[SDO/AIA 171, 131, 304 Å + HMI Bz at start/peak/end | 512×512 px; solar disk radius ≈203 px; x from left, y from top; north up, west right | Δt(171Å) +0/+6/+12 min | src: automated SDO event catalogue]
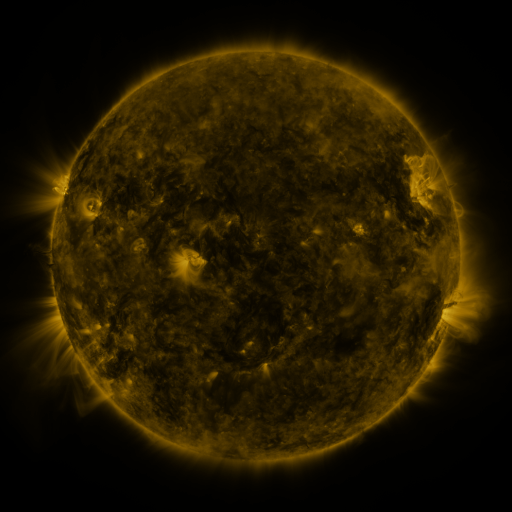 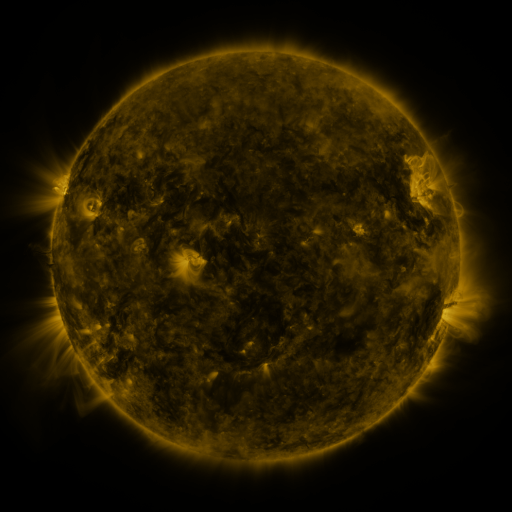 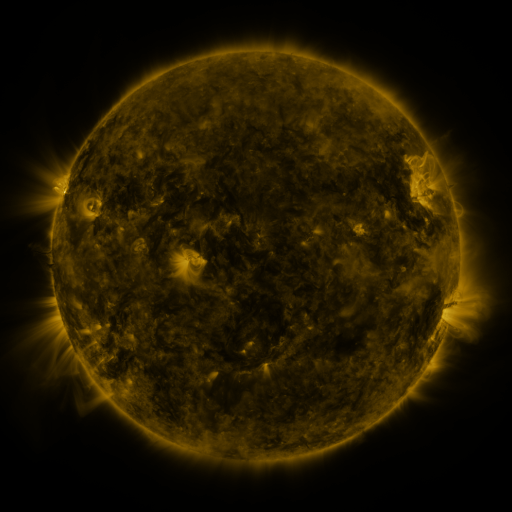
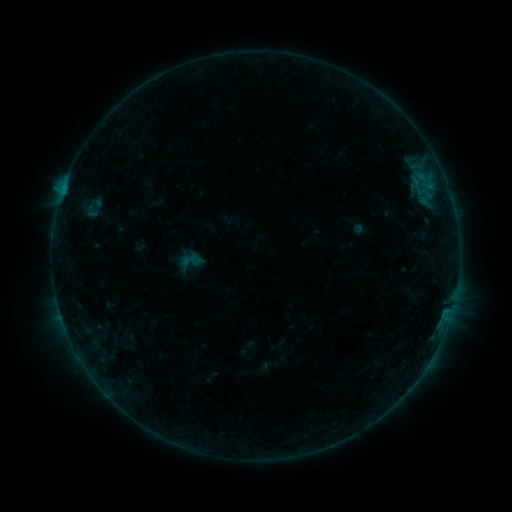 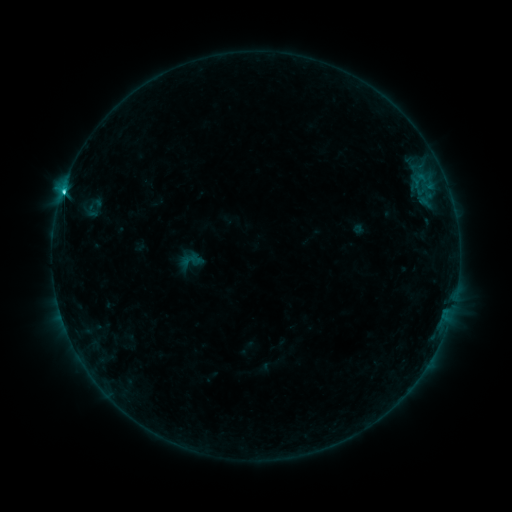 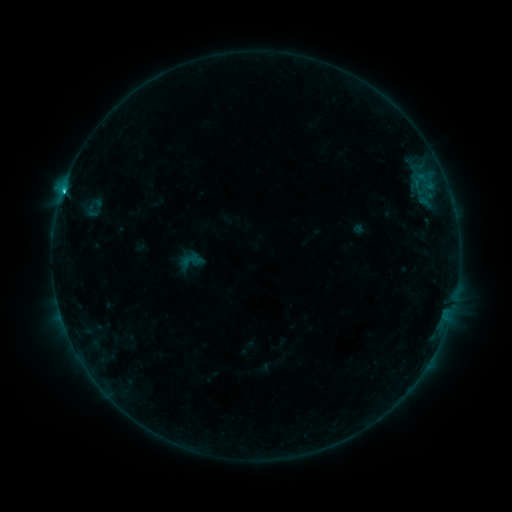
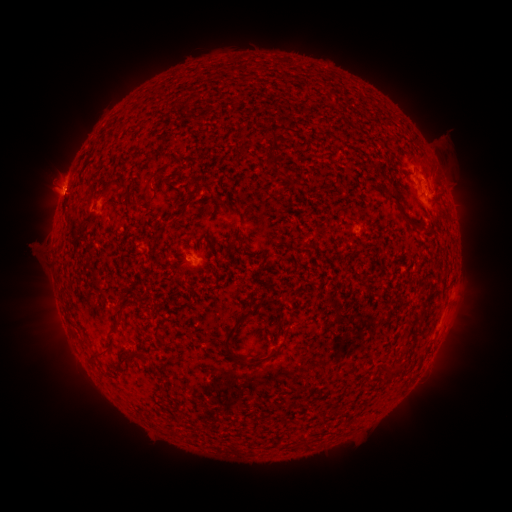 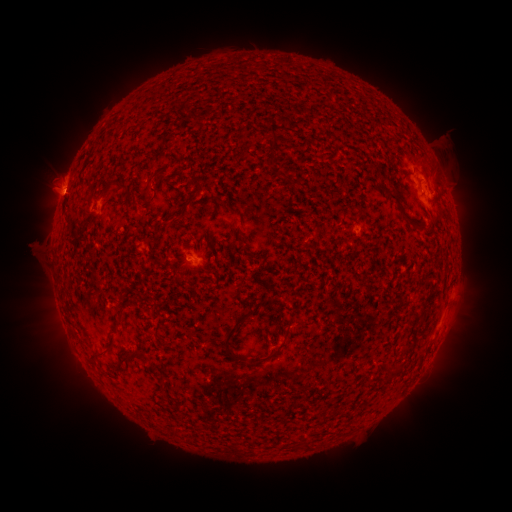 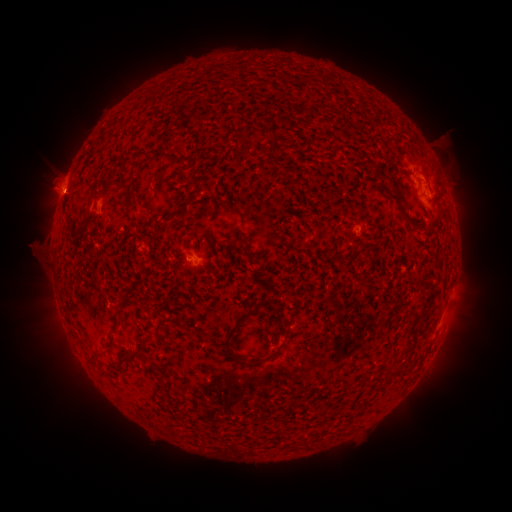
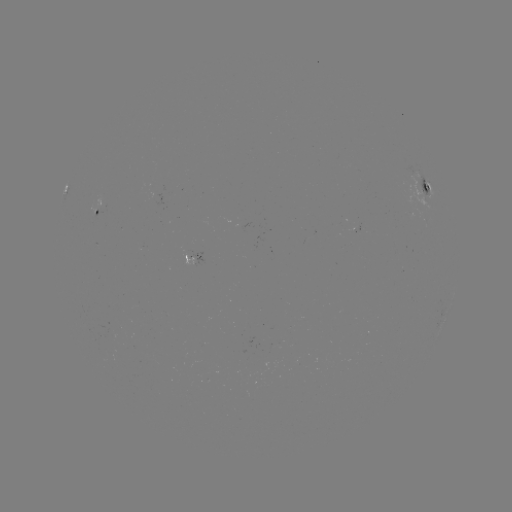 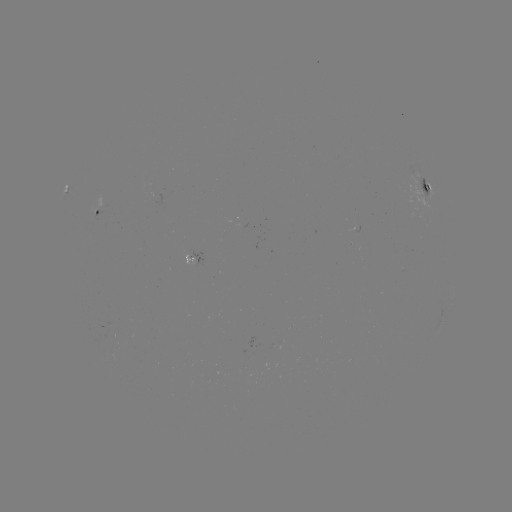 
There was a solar flare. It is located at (278, 188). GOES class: C2.6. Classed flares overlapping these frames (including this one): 1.